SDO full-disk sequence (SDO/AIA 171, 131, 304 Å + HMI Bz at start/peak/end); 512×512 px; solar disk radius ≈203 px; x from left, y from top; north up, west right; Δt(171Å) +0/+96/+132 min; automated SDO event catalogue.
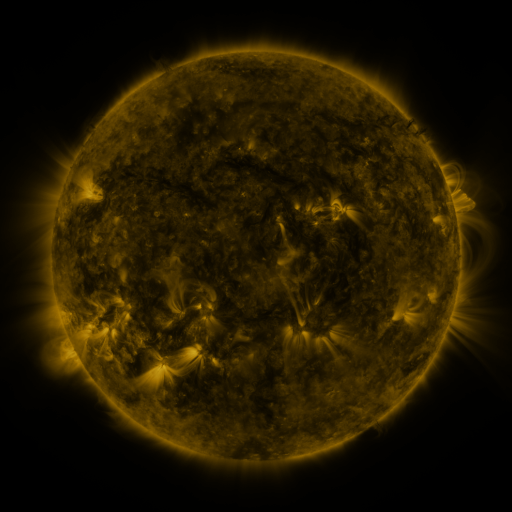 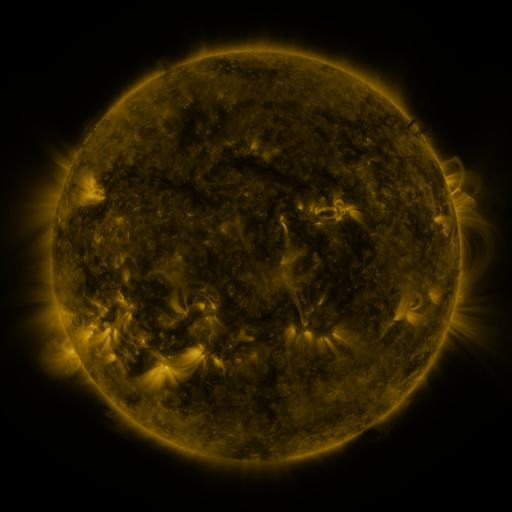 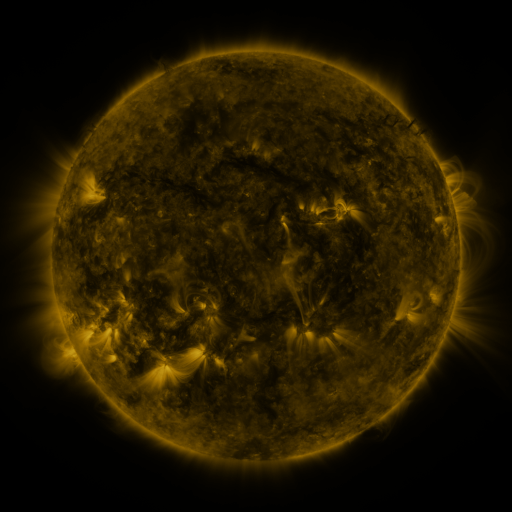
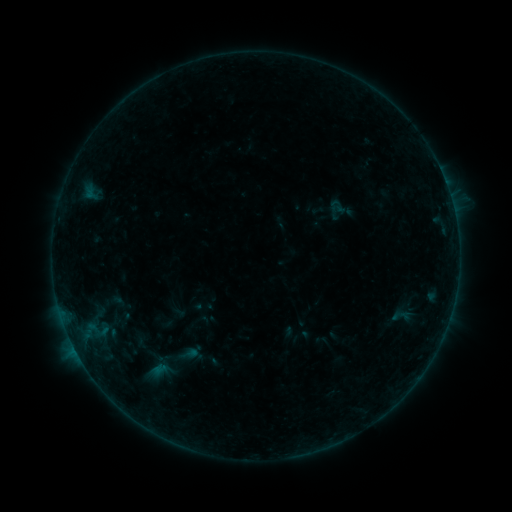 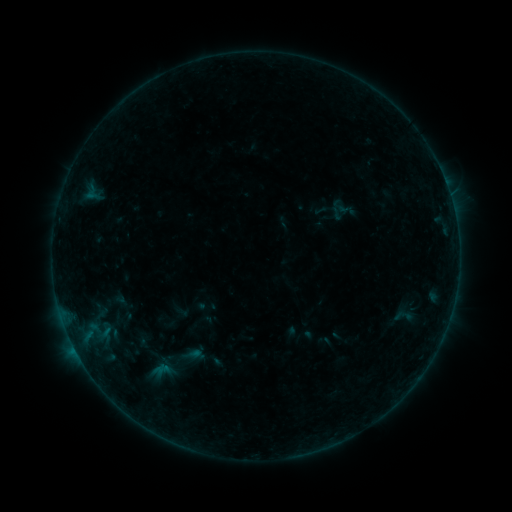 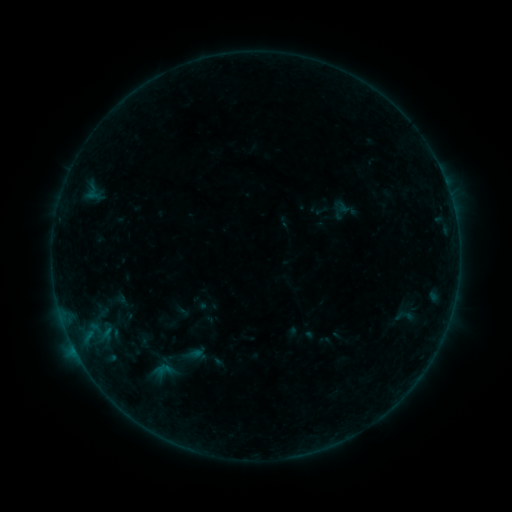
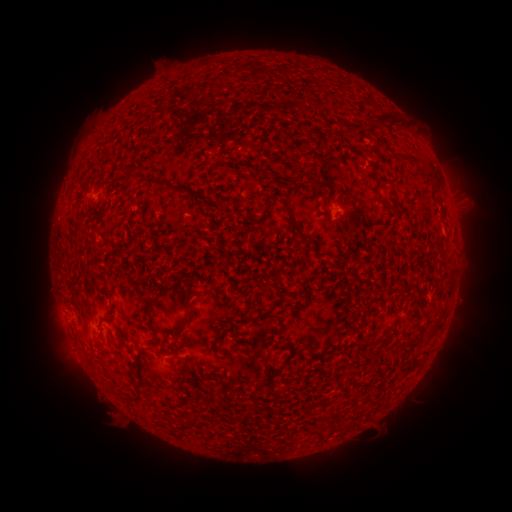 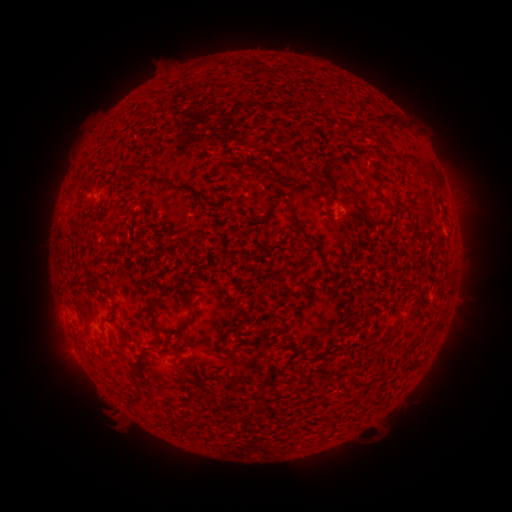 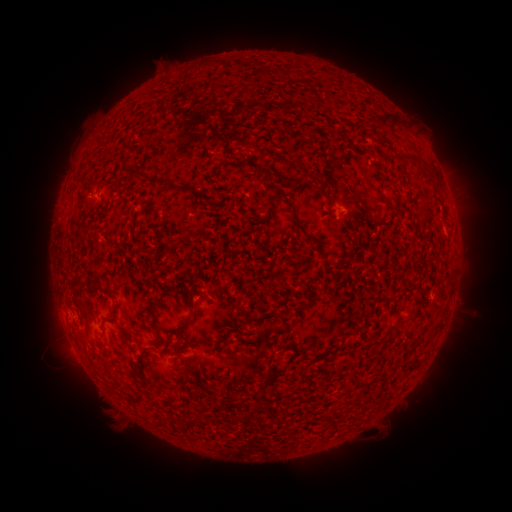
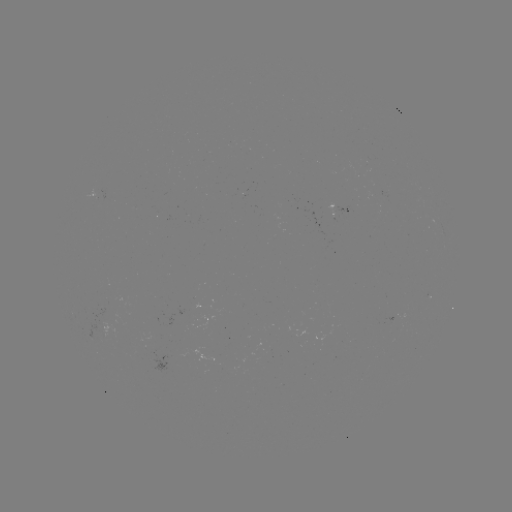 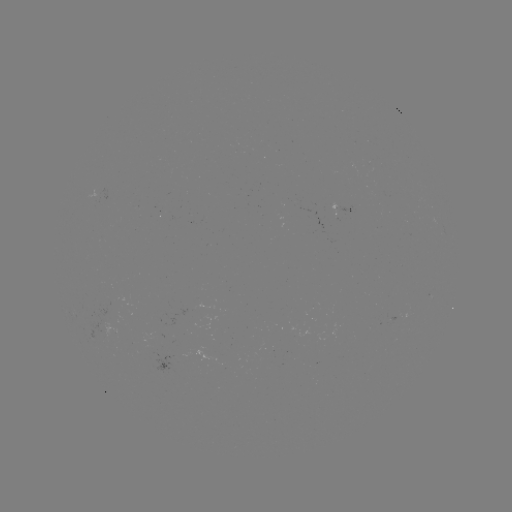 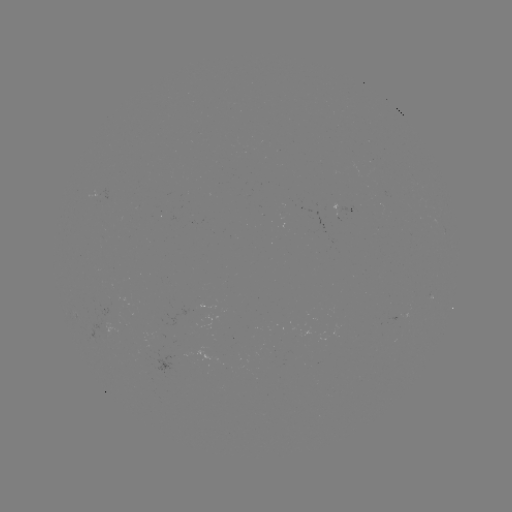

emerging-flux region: <bbox>88, 187, 99, 203</bbox>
